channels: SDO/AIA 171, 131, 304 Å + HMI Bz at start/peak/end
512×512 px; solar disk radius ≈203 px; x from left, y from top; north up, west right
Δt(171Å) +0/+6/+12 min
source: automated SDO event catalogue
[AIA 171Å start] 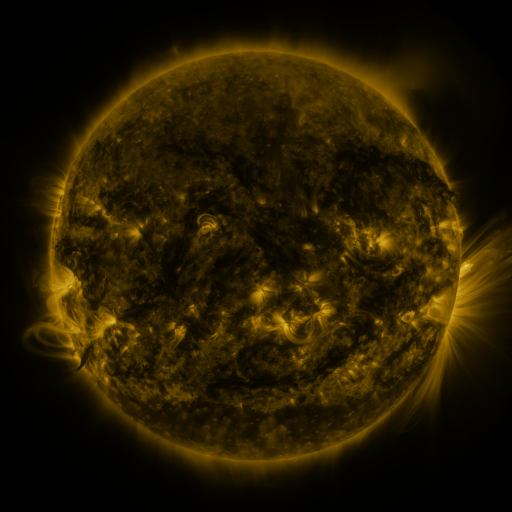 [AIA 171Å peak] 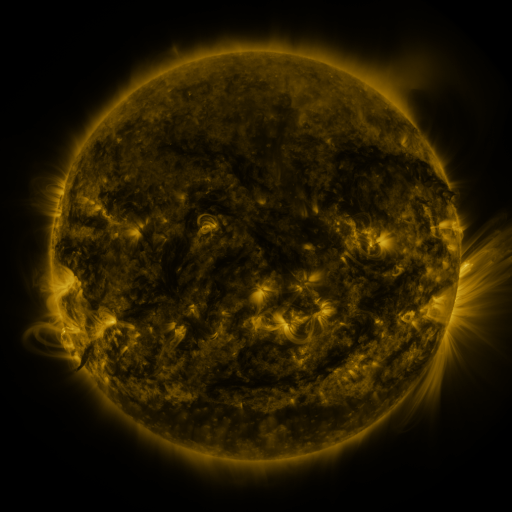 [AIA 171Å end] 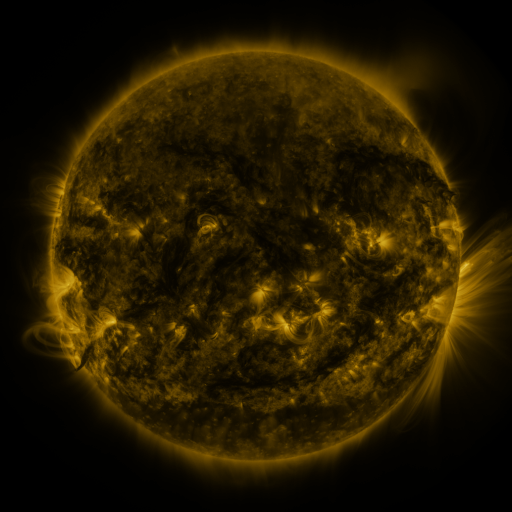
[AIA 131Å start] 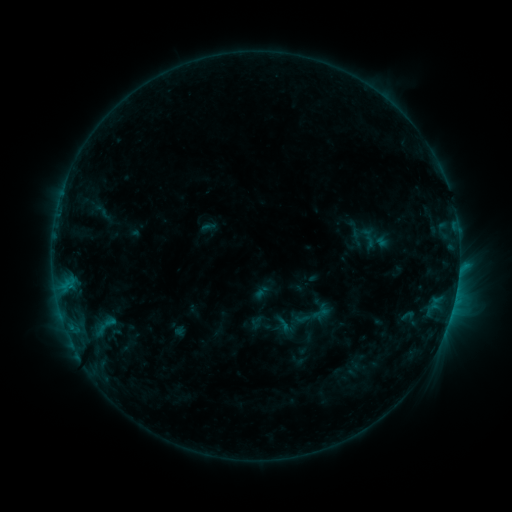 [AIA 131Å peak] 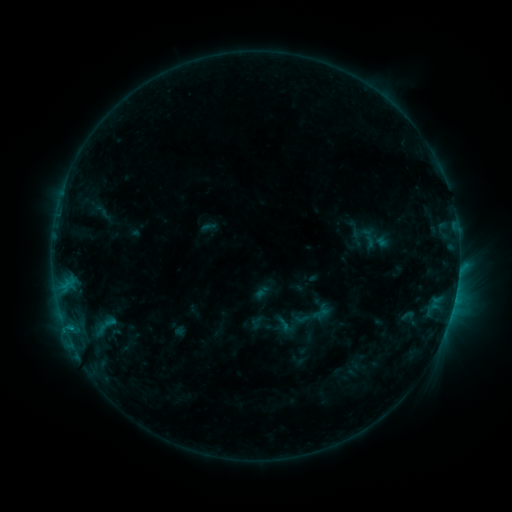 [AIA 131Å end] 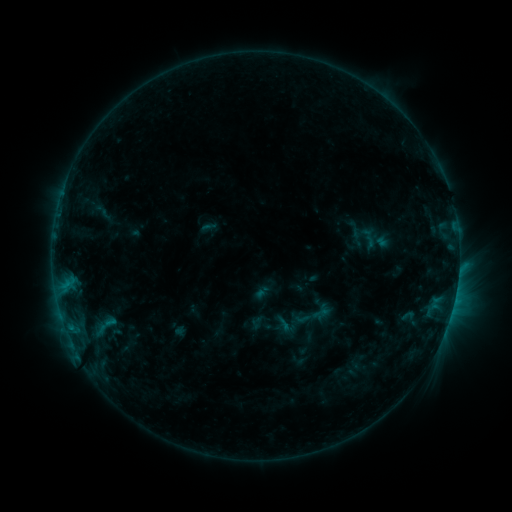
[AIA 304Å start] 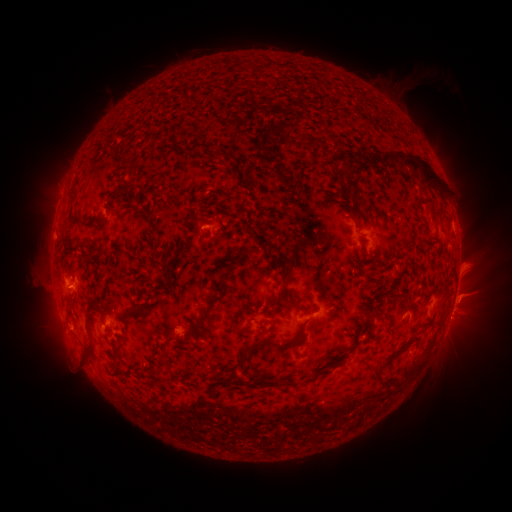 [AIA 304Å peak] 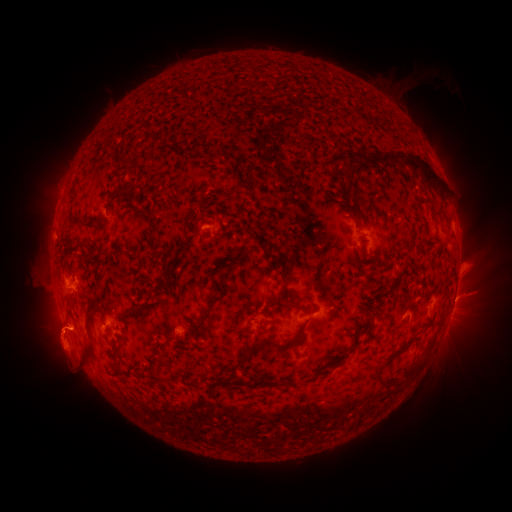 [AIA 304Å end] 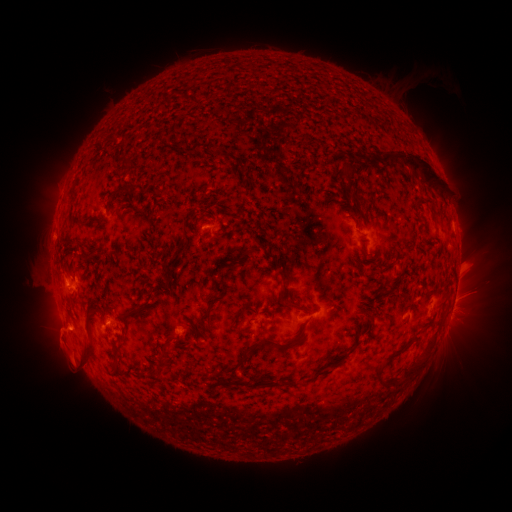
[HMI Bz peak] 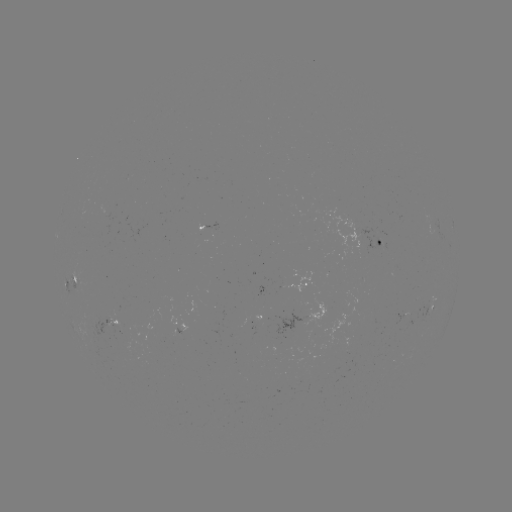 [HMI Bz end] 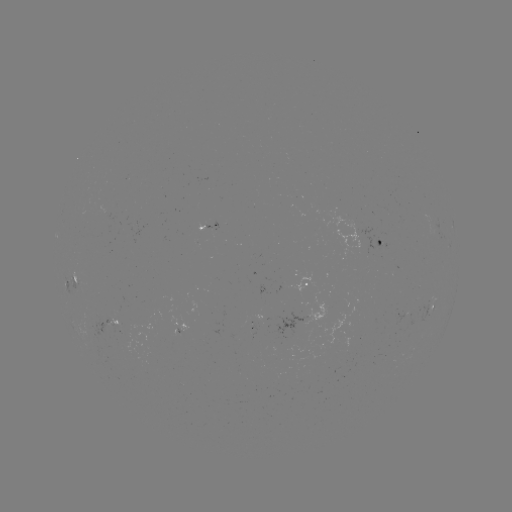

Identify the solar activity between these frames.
eruption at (61, 337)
